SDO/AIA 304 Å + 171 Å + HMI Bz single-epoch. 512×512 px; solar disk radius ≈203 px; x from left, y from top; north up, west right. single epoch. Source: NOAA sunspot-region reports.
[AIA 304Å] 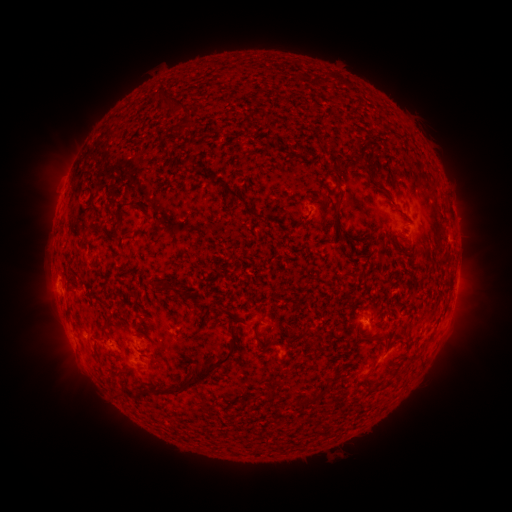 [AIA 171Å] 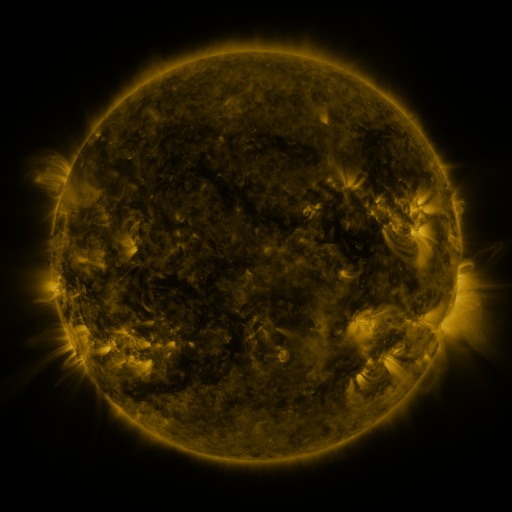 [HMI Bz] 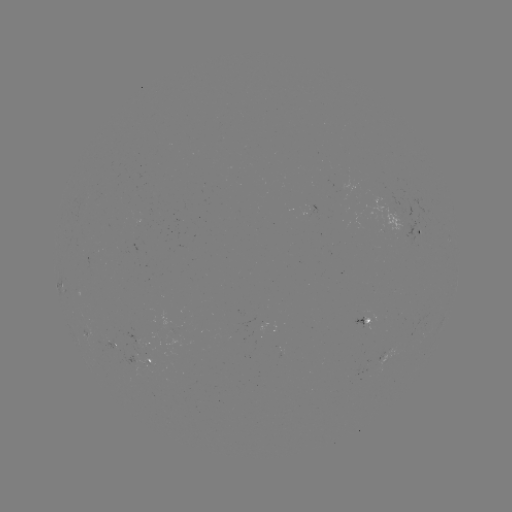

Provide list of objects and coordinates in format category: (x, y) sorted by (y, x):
spotted active region: (415, 230)
spotted active region: (364, 320)
spotted active region: (152, 346)
spotted active region: (148, 361)
